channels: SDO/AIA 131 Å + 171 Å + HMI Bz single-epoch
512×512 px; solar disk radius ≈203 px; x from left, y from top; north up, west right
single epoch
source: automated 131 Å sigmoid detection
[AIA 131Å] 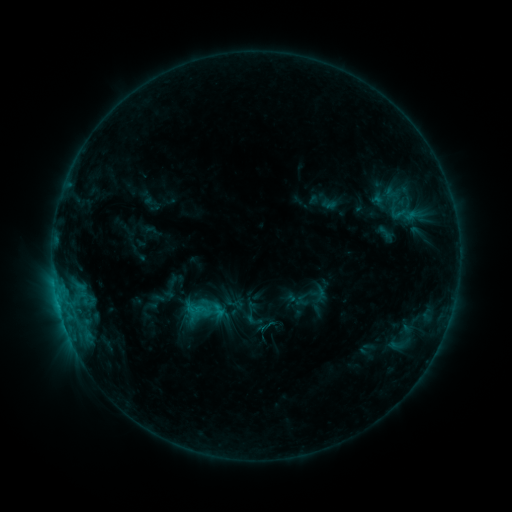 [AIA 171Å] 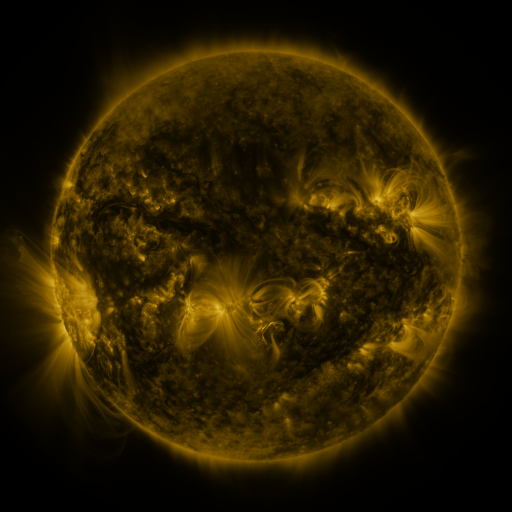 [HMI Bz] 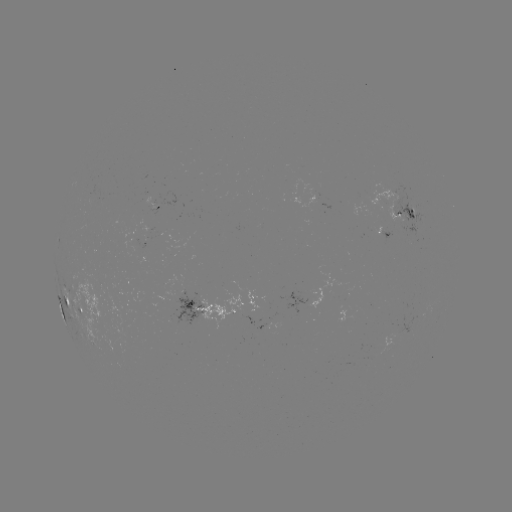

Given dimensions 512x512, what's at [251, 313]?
sigmoid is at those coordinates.